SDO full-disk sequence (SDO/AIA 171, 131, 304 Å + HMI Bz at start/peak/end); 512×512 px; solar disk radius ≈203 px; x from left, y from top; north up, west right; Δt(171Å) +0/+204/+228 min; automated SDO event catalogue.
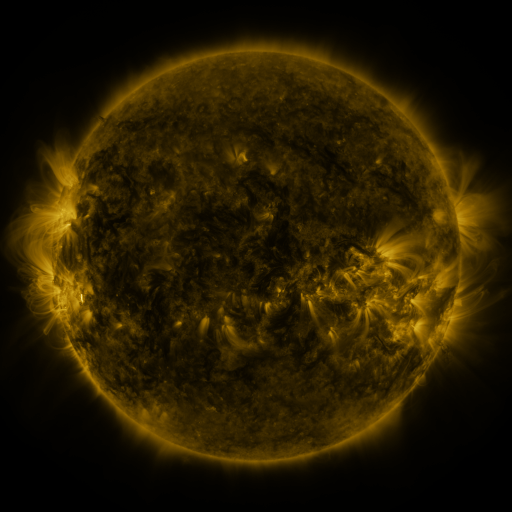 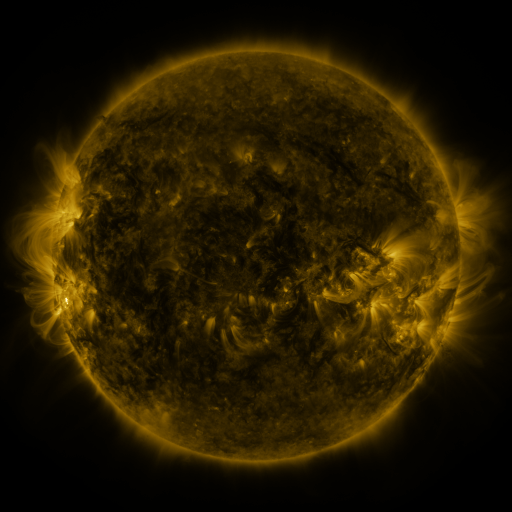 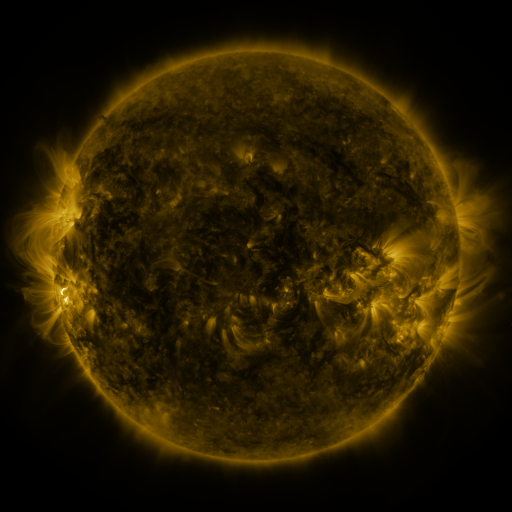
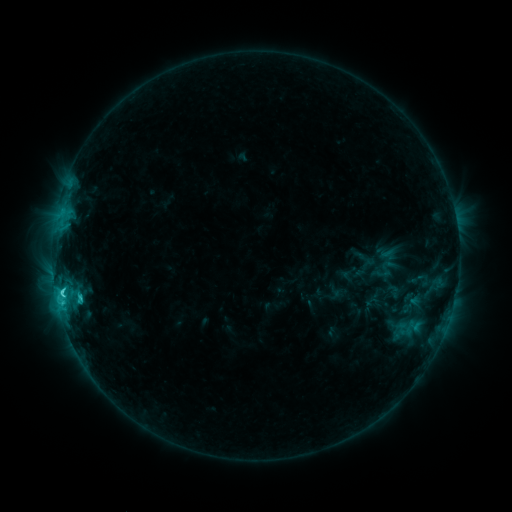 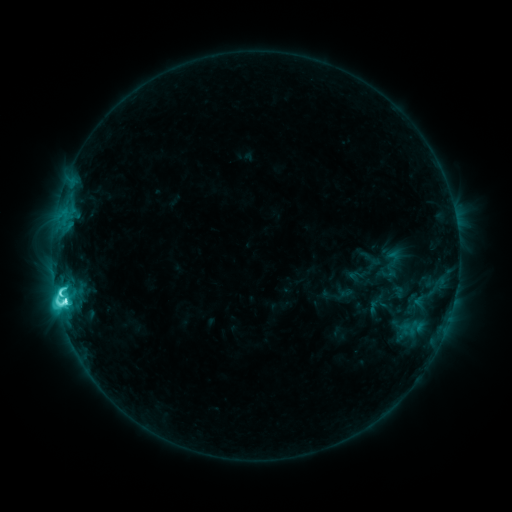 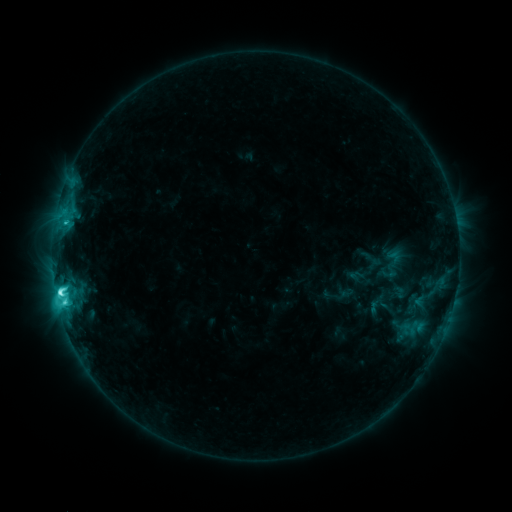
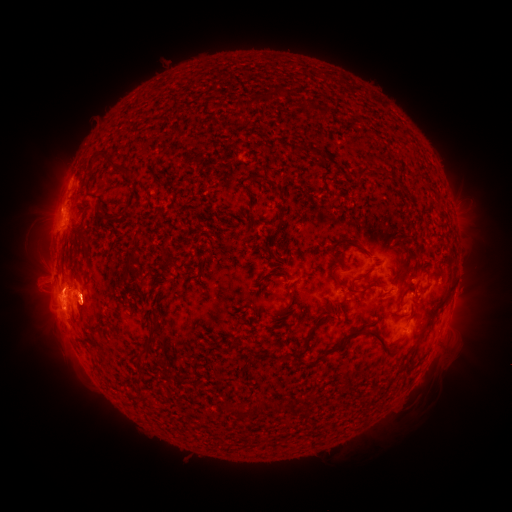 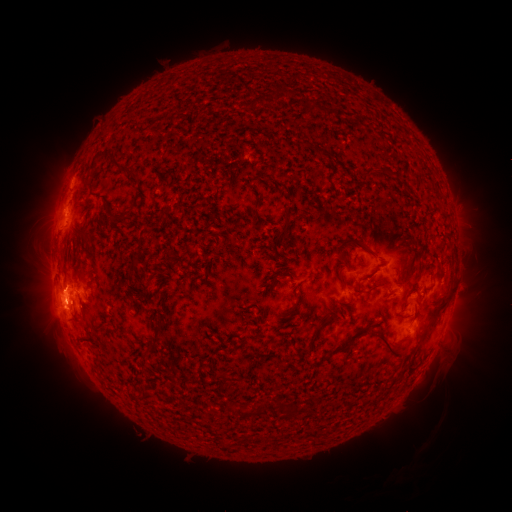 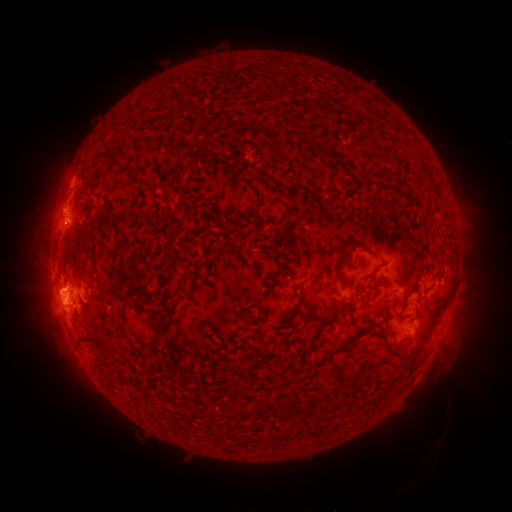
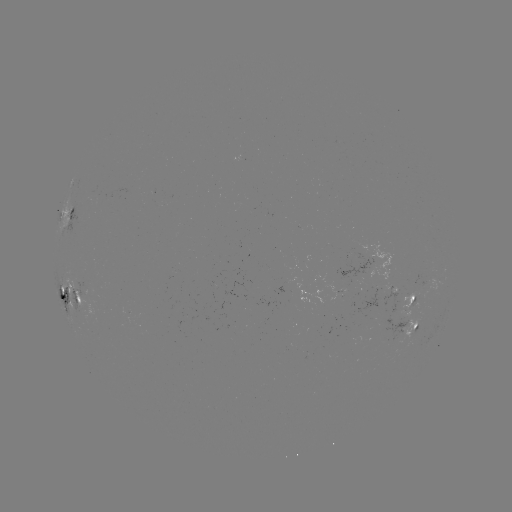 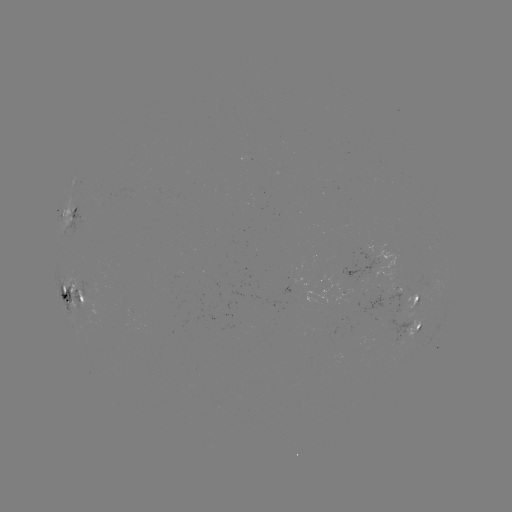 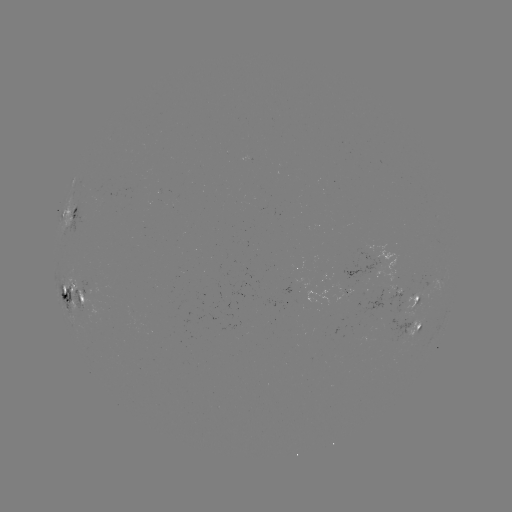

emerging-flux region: (80, 282, 92, 295)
